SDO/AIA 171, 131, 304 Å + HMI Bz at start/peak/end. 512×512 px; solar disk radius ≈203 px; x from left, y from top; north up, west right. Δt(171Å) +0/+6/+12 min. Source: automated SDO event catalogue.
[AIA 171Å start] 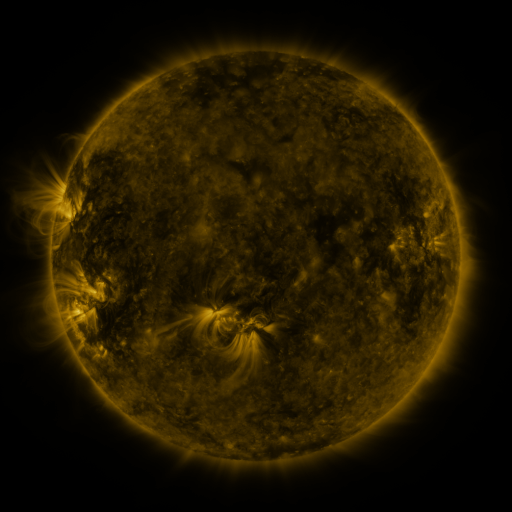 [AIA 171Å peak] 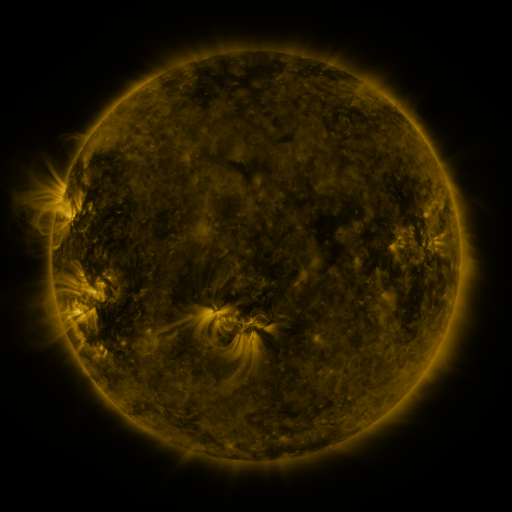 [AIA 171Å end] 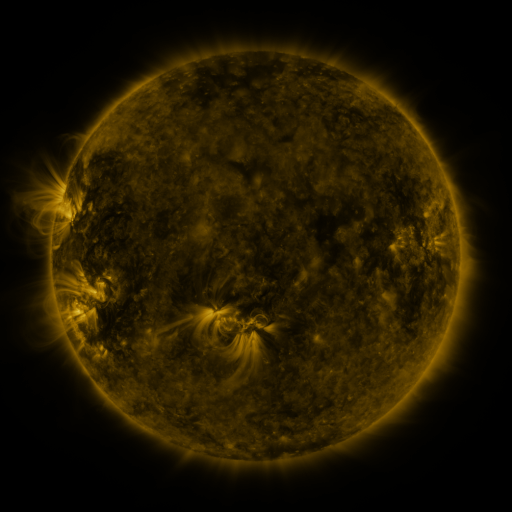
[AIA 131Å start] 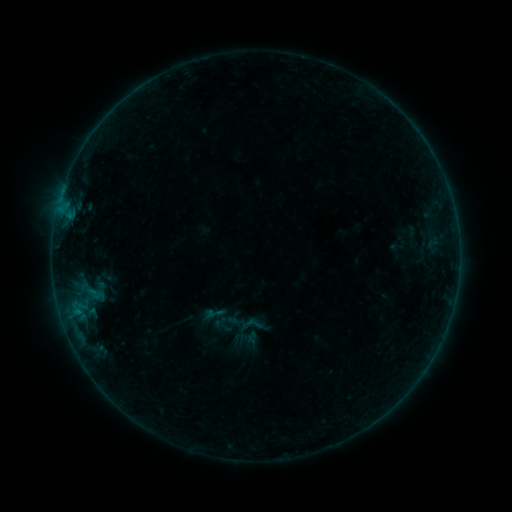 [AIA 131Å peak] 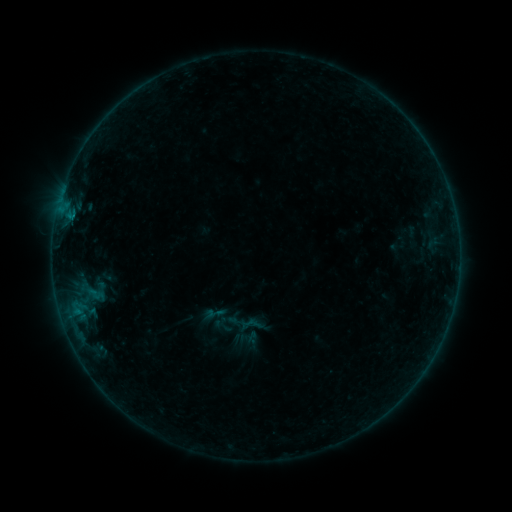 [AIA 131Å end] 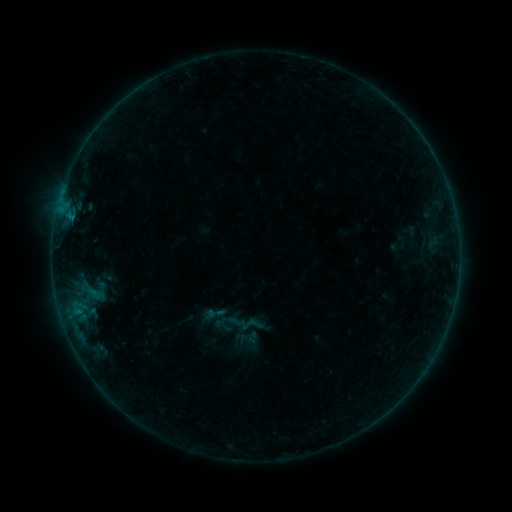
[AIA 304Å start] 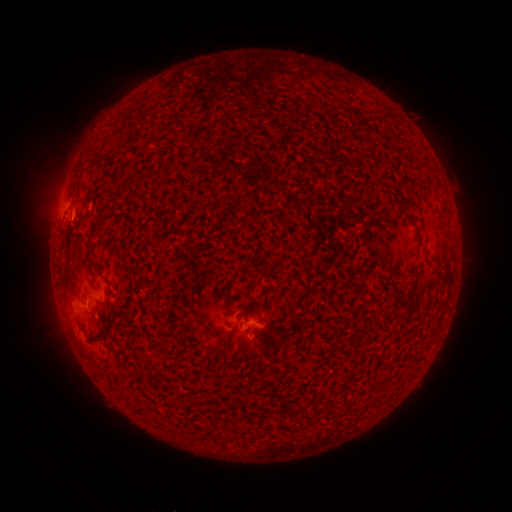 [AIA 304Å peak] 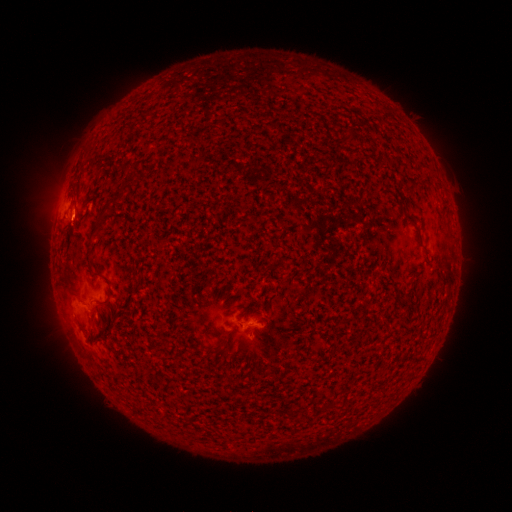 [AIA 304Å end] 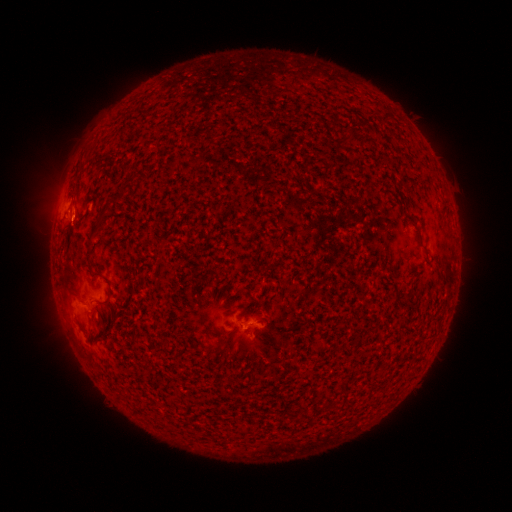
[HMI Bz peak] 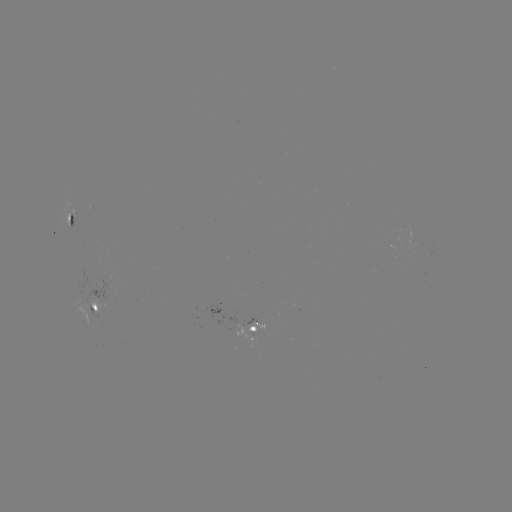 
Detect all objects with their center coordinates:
B2.1 flare: (73, 219)
